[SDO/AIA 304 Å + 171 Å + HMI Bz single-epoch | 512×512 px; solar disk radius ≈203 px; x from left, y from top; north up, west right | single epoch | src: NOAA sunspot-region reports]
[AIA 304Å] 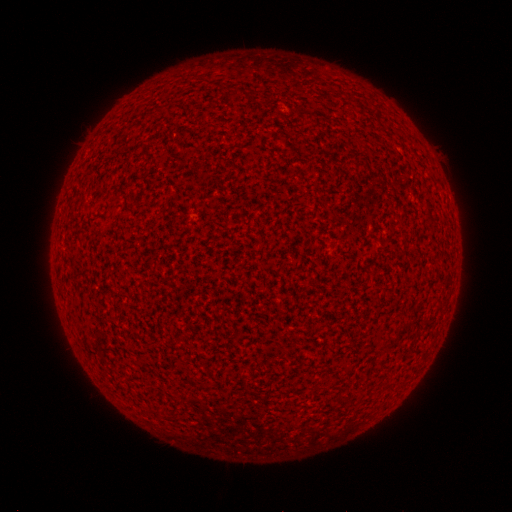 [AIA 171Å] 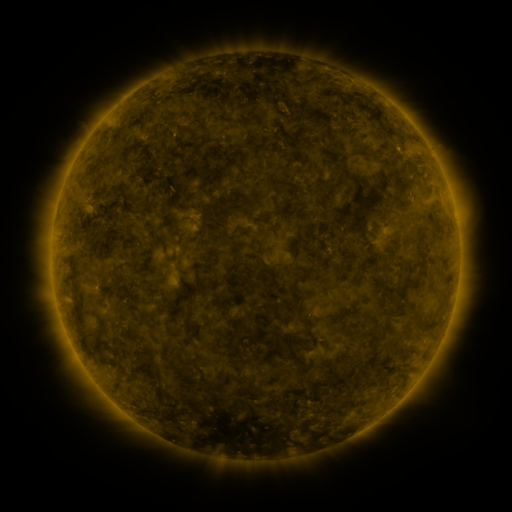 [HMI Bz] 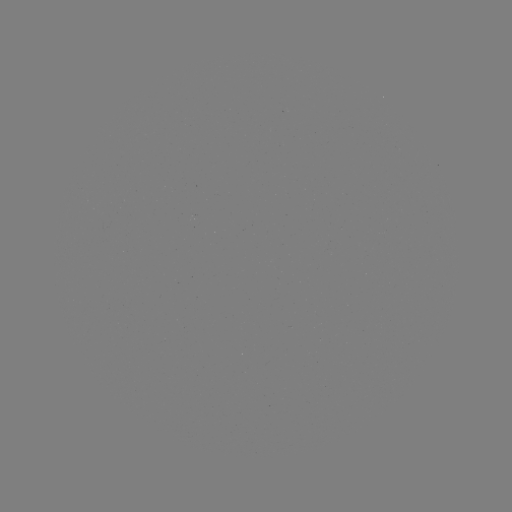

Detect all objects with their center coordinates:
(none)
